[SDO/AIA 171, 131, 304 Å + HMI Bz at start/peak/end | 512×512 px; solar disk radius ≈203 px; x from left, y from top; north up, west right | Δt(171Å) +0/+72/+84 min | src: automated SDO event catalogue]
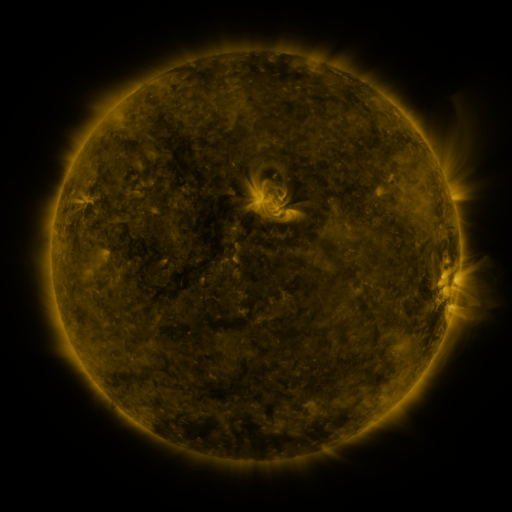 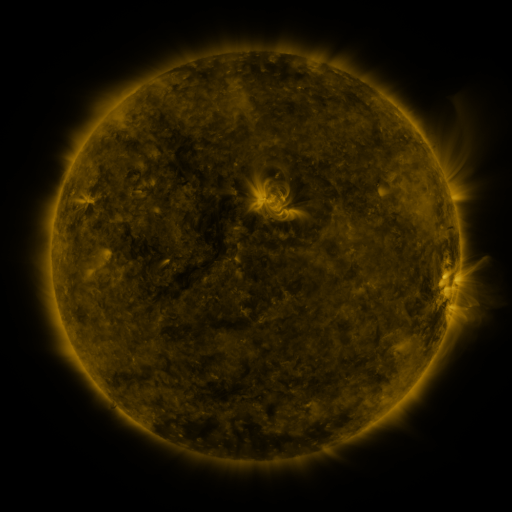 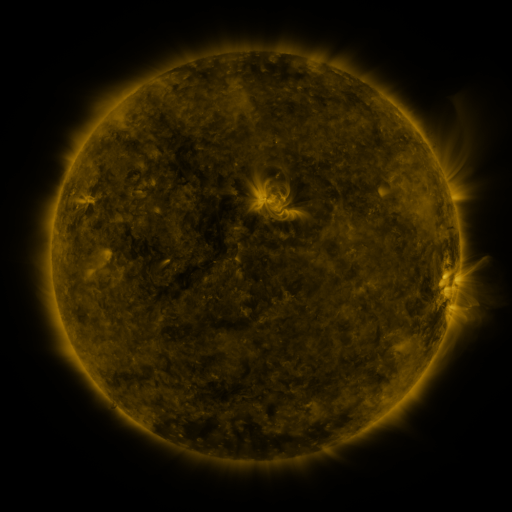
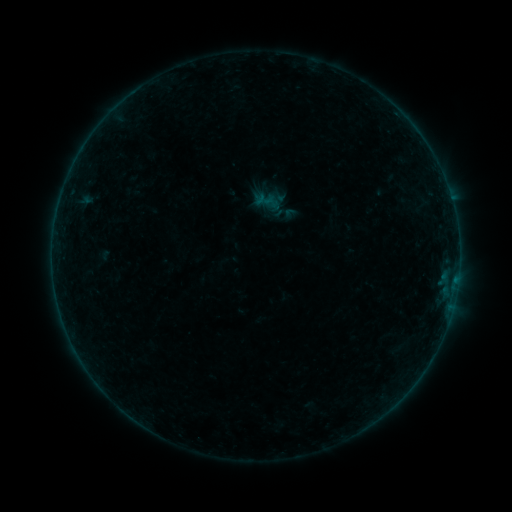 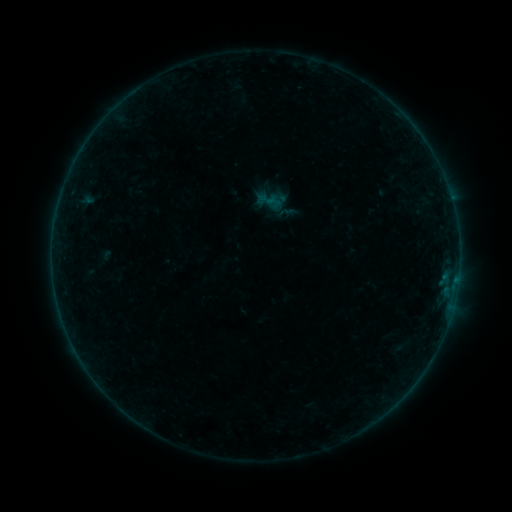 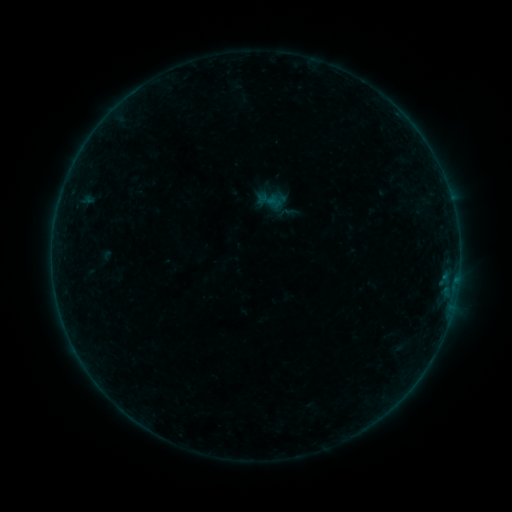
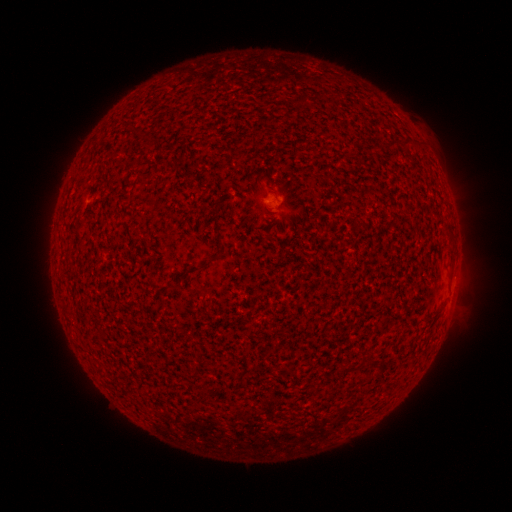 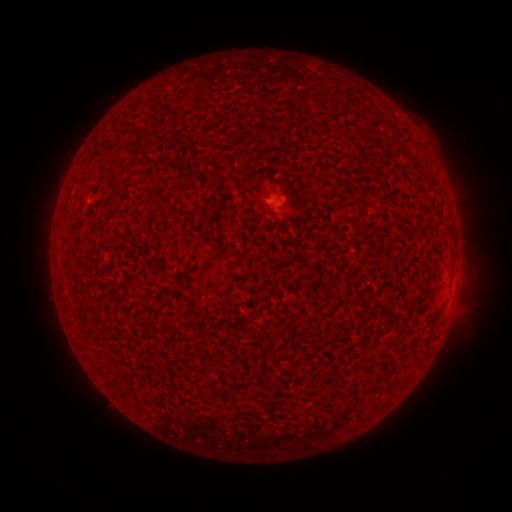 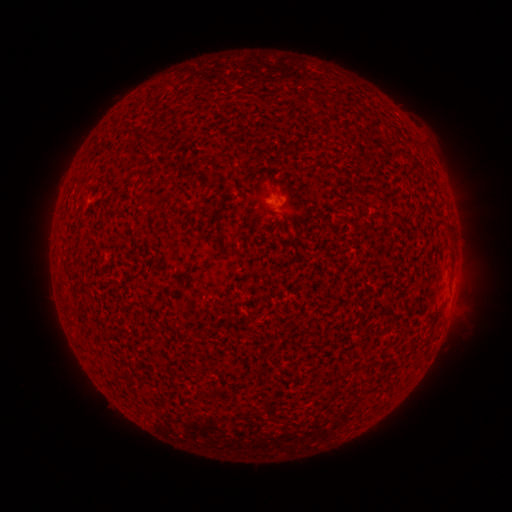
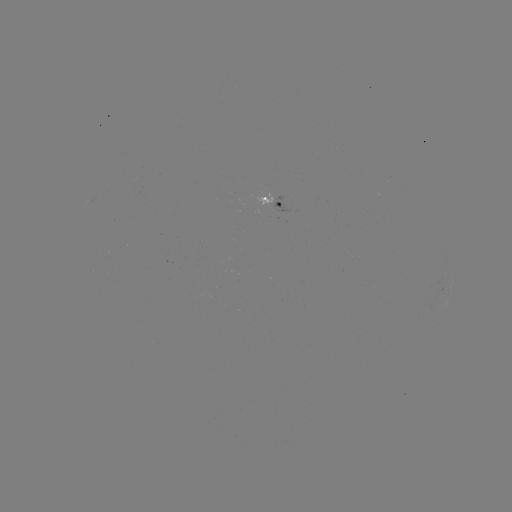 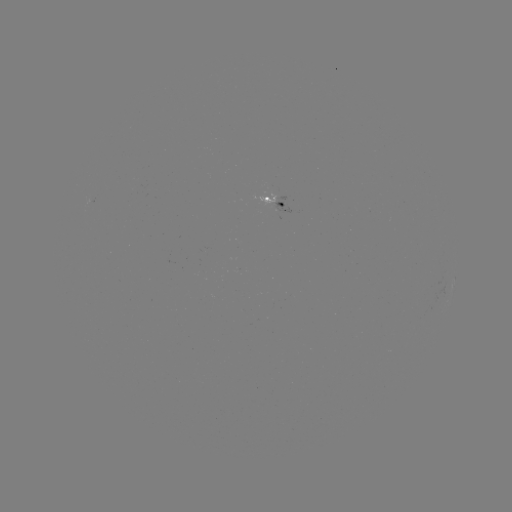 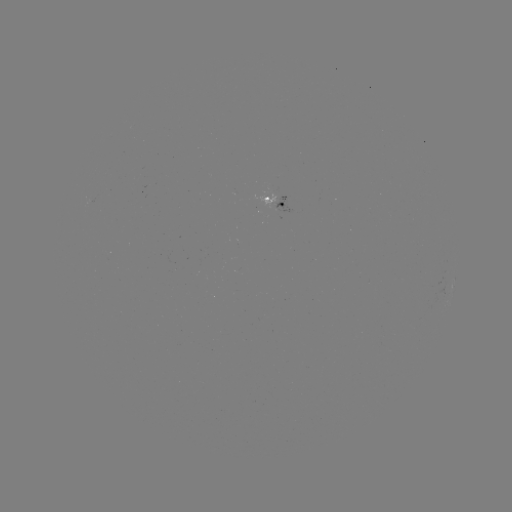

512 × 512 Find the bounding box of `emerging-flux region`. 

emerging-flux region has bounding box [87, 195, 98, 205].